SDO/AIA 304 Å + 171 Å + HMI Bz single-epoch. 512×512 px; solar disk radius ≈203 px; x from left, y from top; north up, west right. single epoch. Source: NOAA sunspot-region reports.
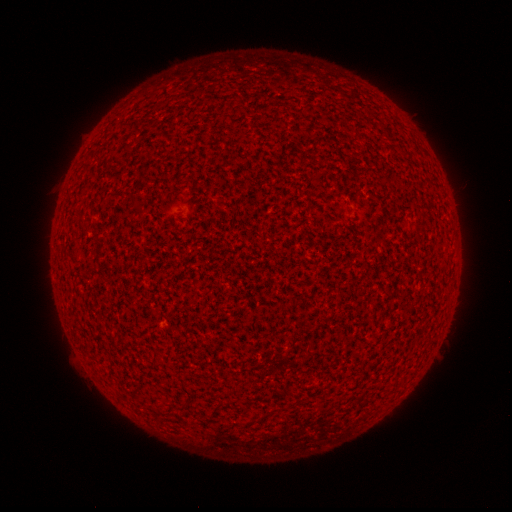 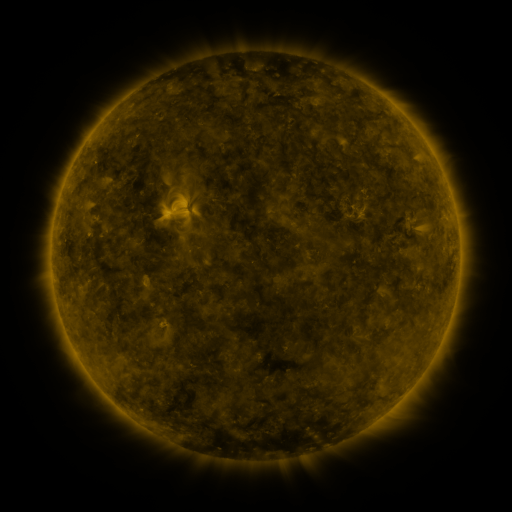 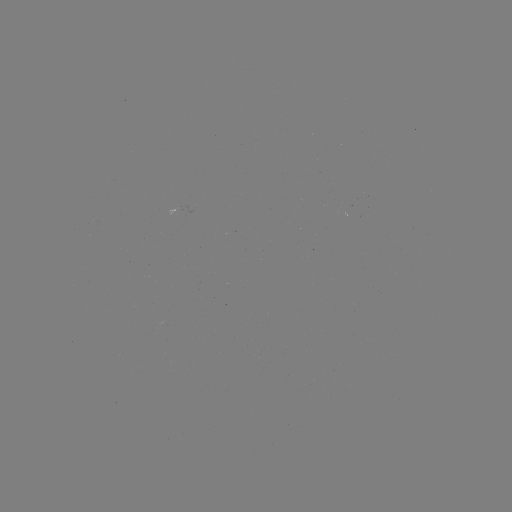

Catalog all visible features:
(none)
